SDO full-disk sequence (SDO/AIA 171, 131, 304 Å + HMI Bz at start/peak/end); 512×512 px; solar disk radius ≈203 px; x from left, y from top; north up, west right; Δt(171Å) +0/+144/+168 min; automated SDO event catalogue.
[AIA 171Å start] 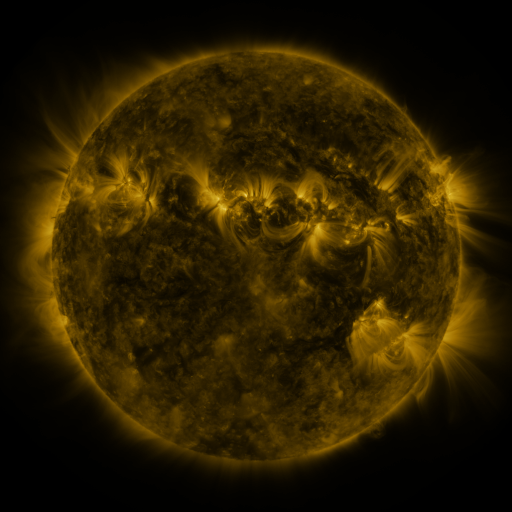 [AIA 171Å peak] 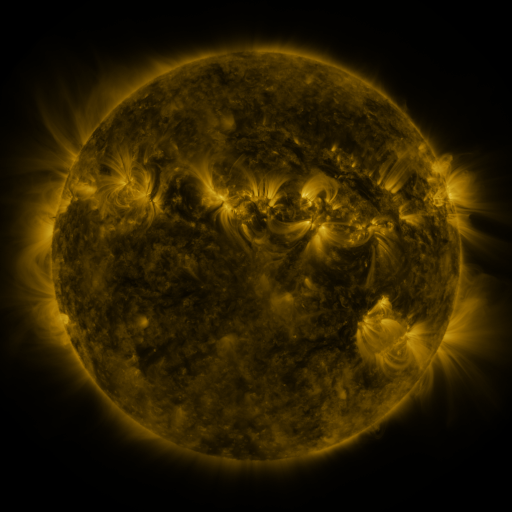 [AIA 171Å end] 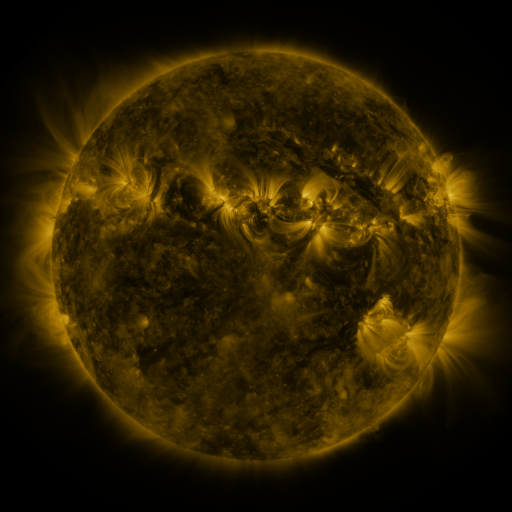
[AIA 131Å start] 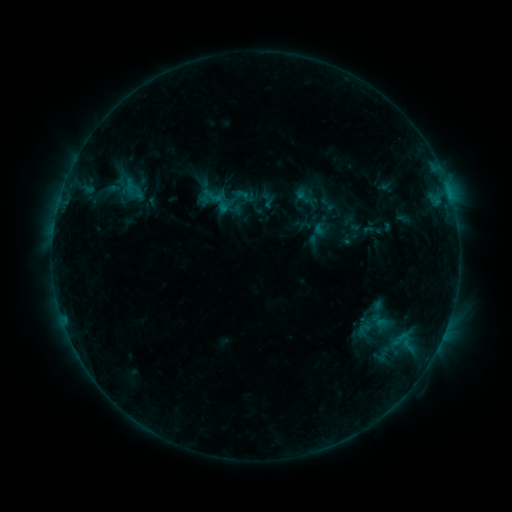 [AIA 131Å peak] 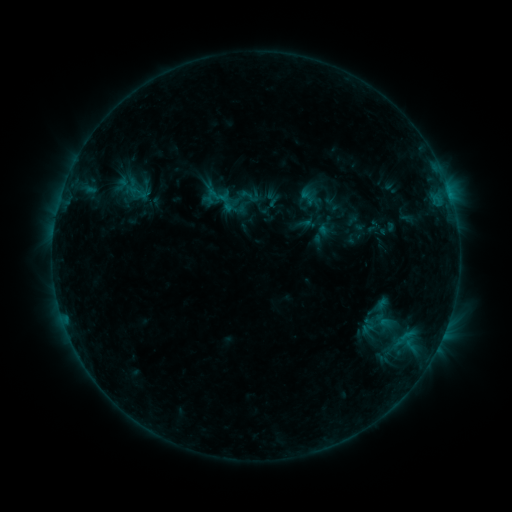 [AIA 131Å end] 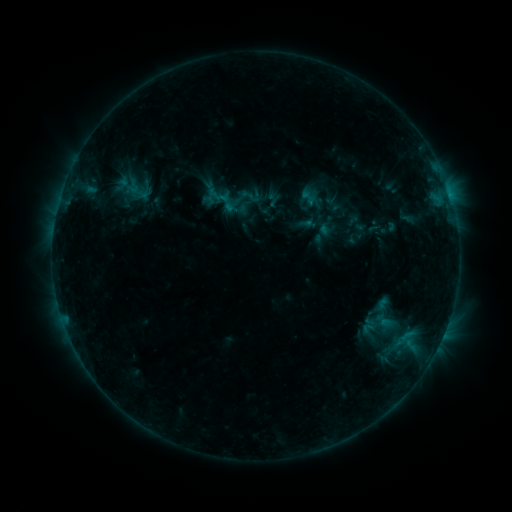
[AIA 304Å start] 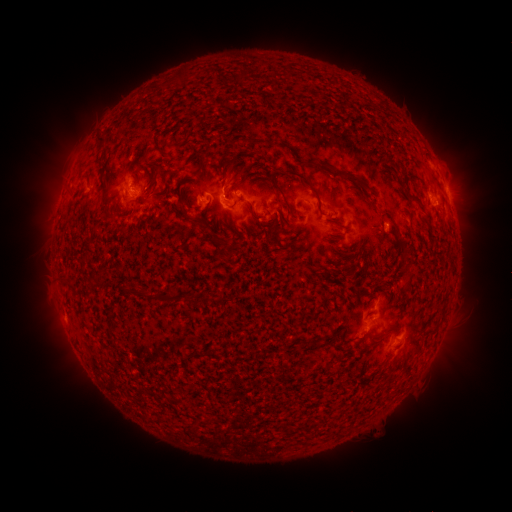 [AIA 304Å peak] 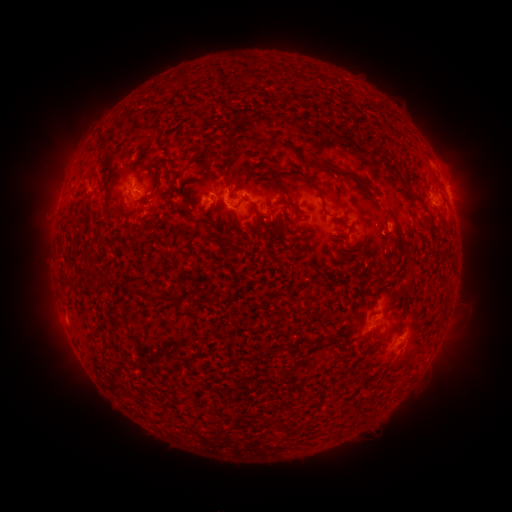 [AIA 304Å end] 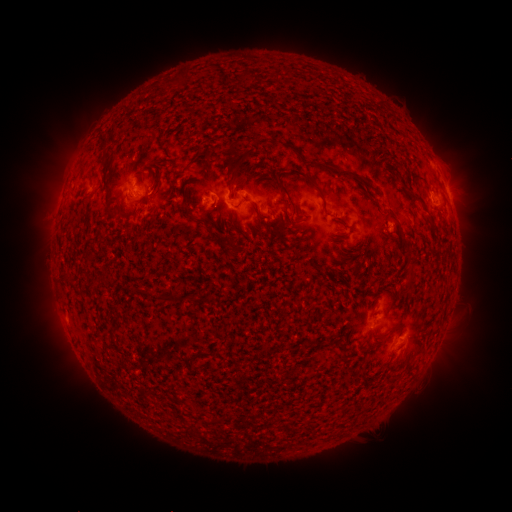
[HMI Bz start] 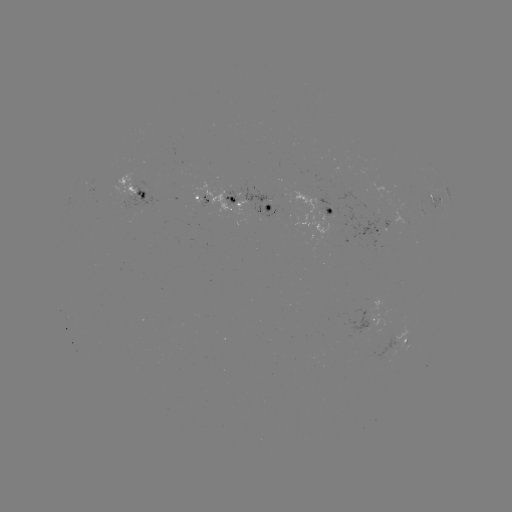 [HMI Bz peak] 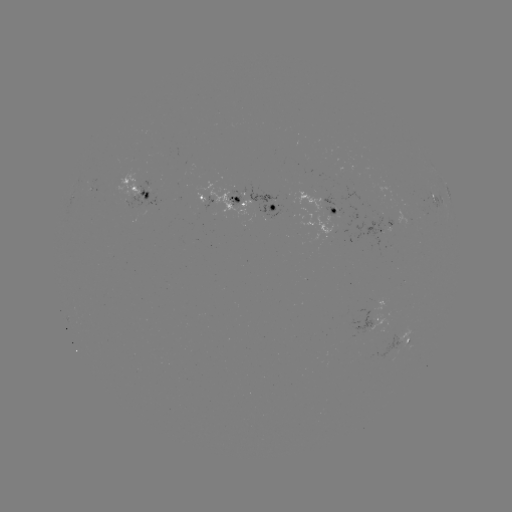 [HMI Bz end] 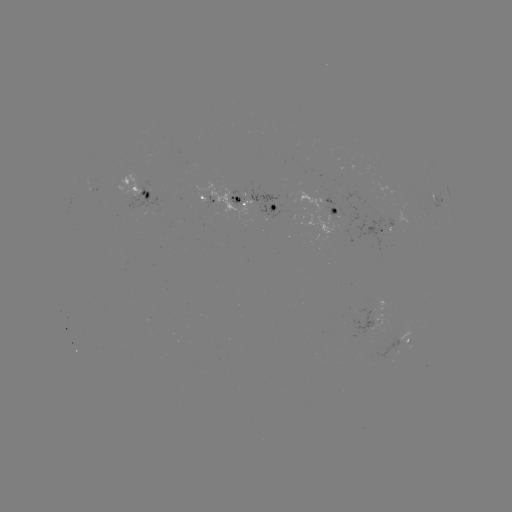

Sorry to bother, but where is emerging-flux region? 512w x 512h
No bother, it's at [327, 212].